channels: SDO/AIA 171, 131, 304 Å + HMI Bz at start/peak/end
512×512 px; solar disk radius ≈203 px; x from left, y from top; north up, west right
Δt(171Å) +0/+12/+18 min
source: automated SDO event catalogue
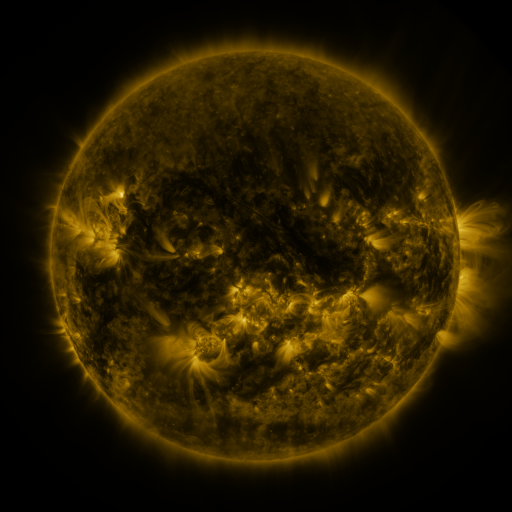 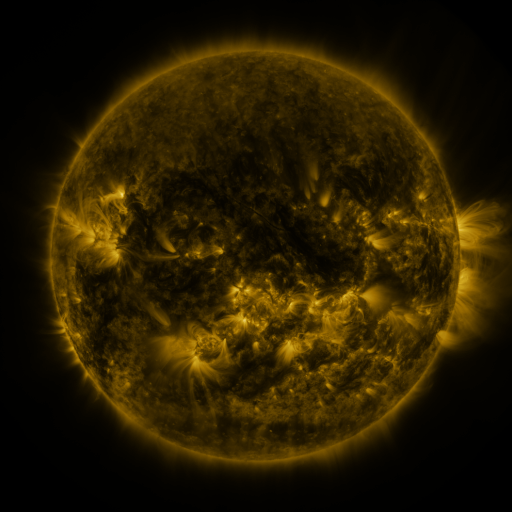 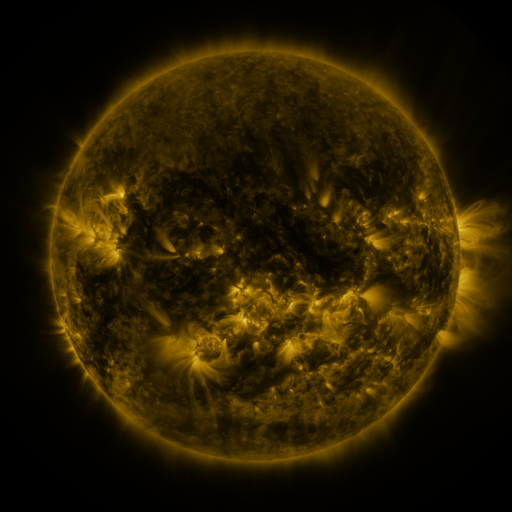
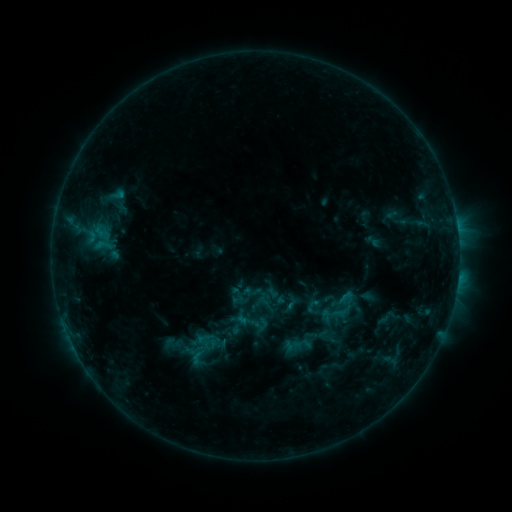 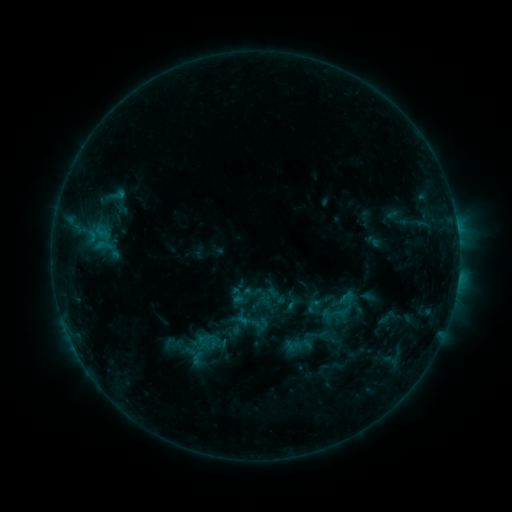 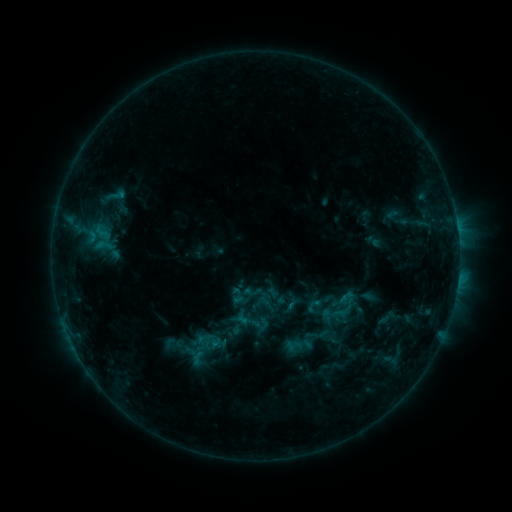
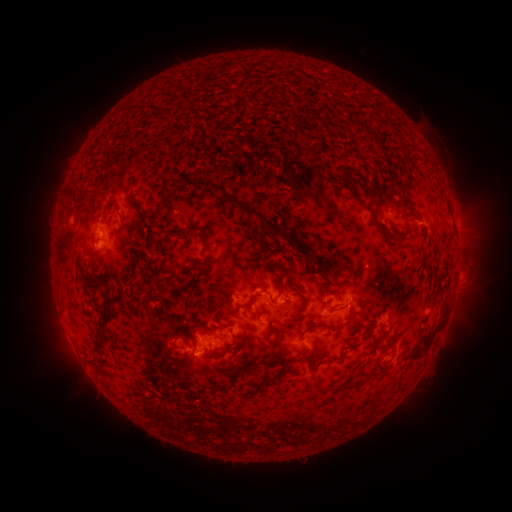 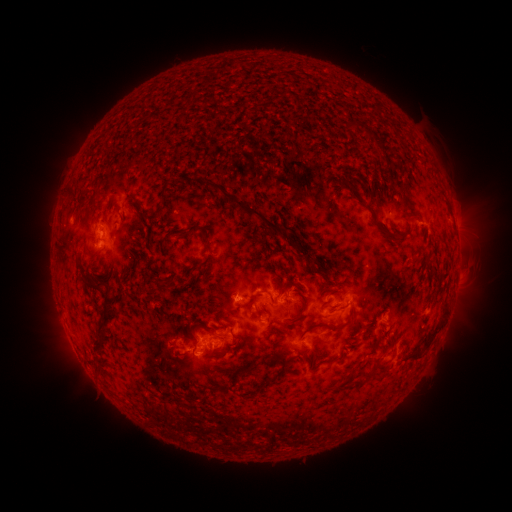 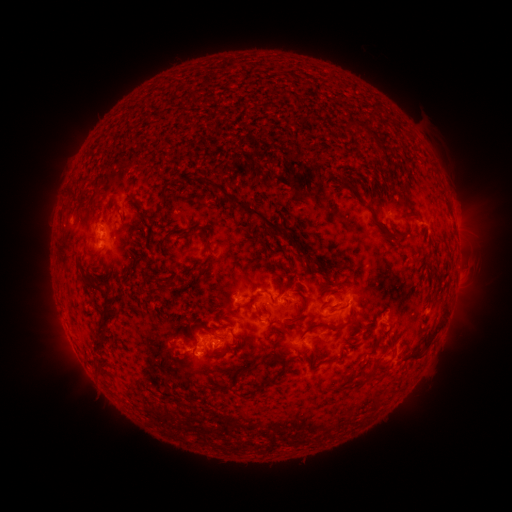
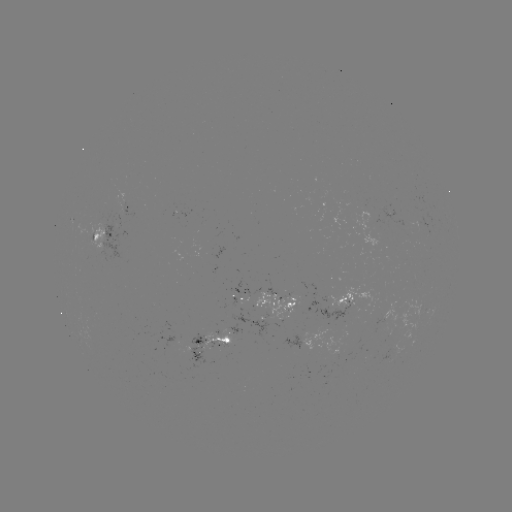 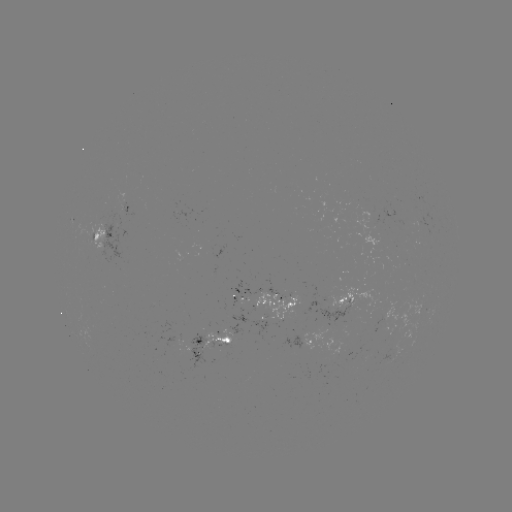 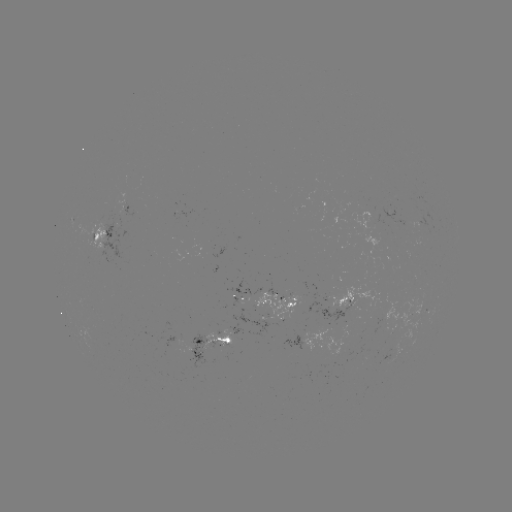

no classed flare was catalogued and no EUV brightening was flagged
